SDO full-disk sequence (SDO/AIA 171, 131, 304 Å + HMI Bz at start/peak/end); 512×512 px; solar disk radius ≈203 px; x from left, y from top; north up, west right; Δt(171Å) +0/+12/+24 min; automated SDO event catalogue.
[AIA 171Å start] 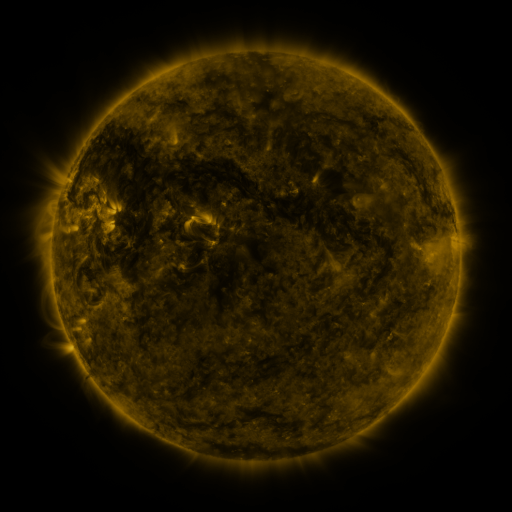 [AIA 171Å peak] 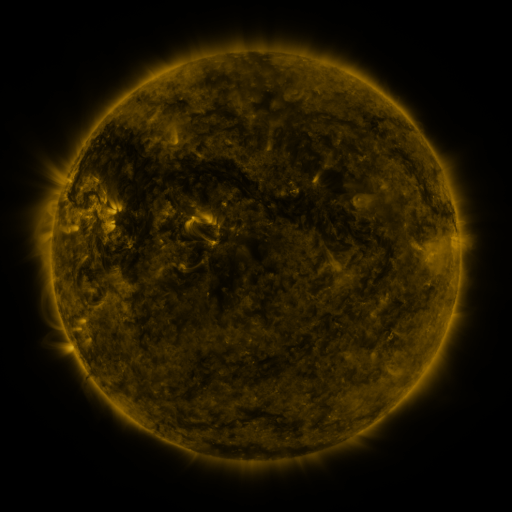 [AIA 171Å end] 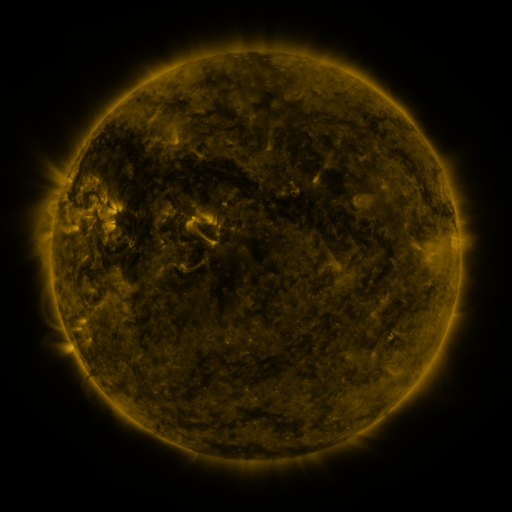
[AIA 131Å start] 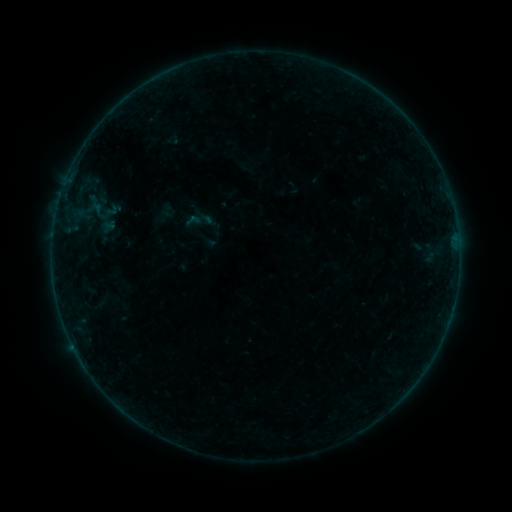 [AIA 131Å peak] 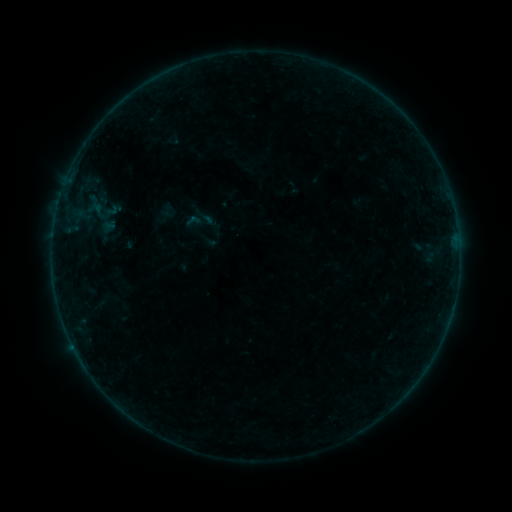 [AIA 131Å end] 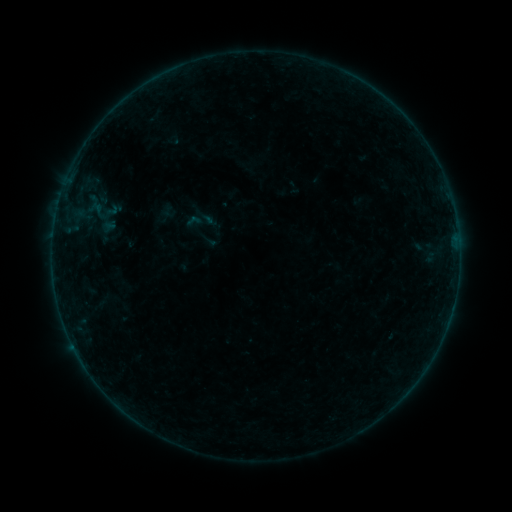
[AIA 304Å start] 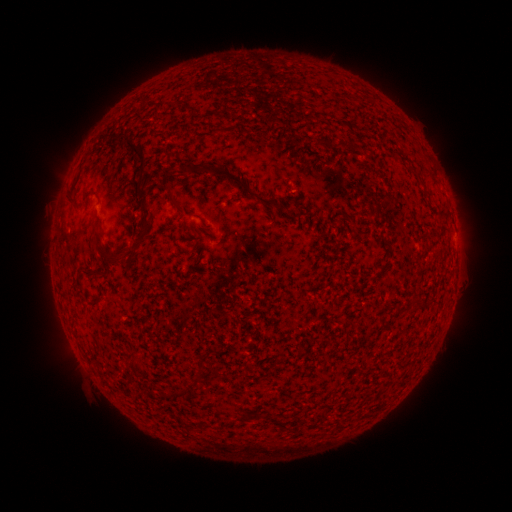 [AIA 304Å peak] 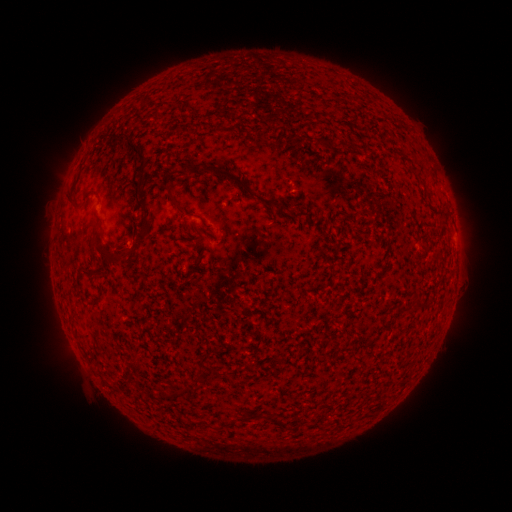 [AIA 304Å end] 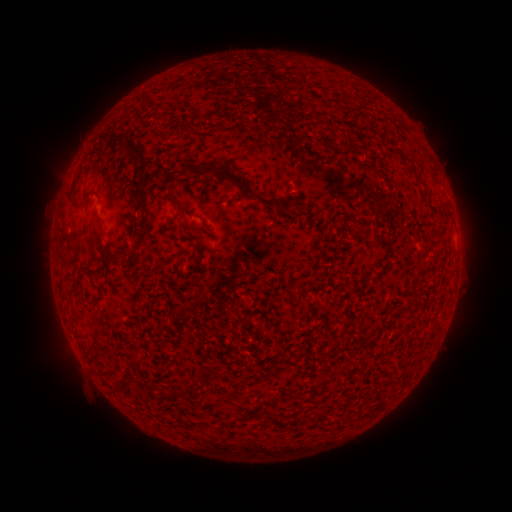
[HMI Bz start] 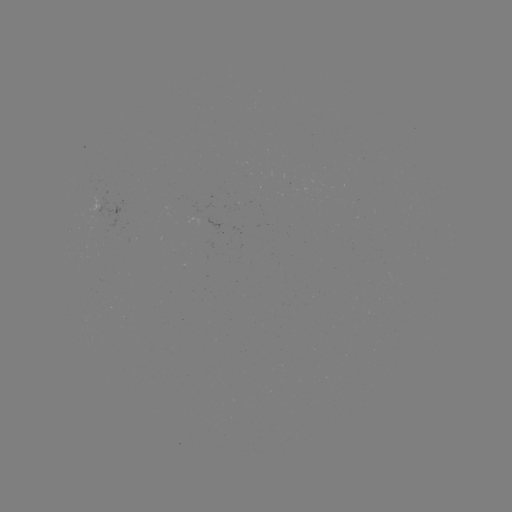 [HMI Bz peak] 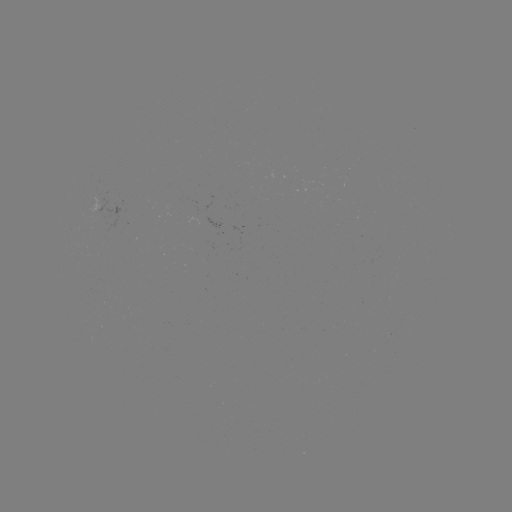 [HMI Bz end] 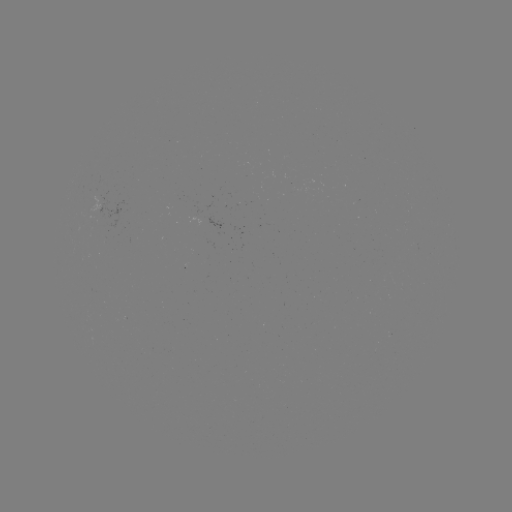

no catalogued flare and no flagged EUV brightening in this window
